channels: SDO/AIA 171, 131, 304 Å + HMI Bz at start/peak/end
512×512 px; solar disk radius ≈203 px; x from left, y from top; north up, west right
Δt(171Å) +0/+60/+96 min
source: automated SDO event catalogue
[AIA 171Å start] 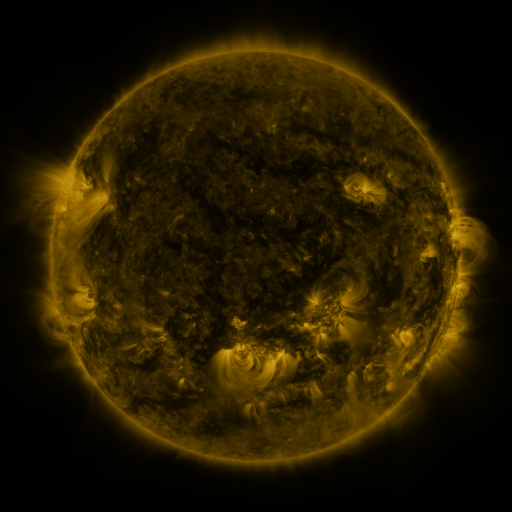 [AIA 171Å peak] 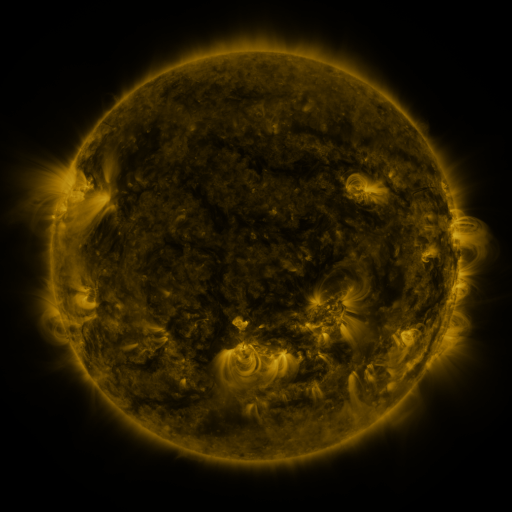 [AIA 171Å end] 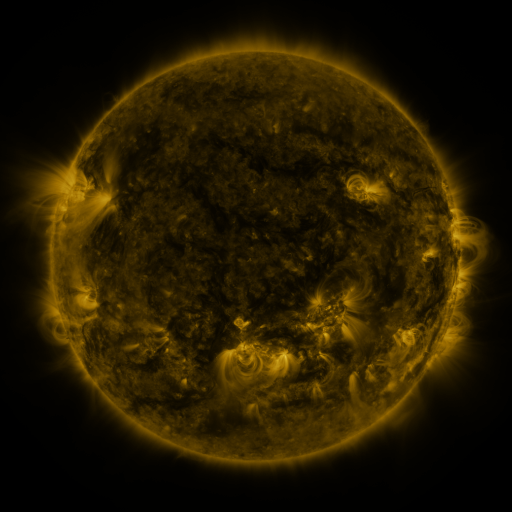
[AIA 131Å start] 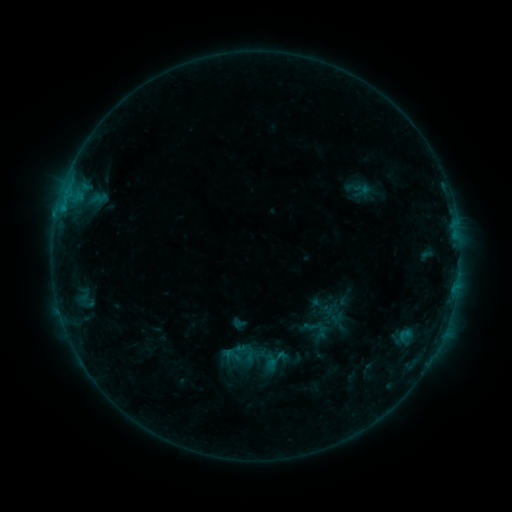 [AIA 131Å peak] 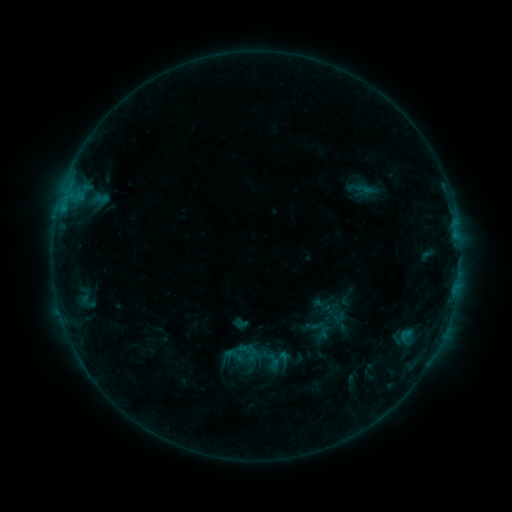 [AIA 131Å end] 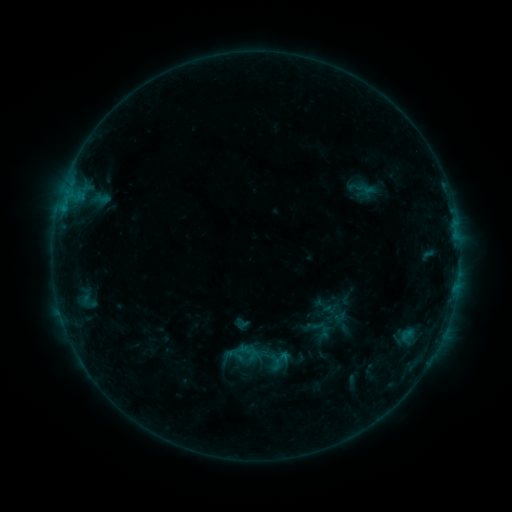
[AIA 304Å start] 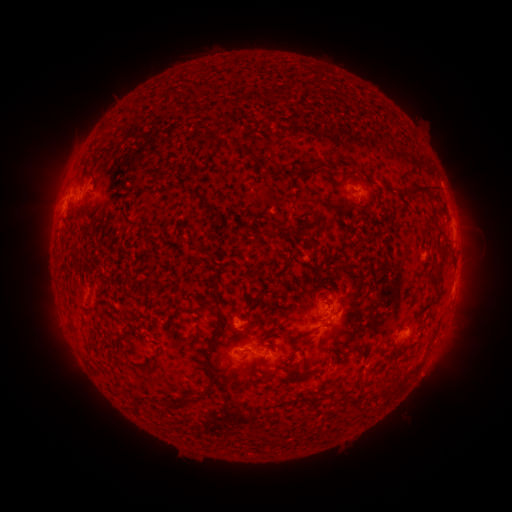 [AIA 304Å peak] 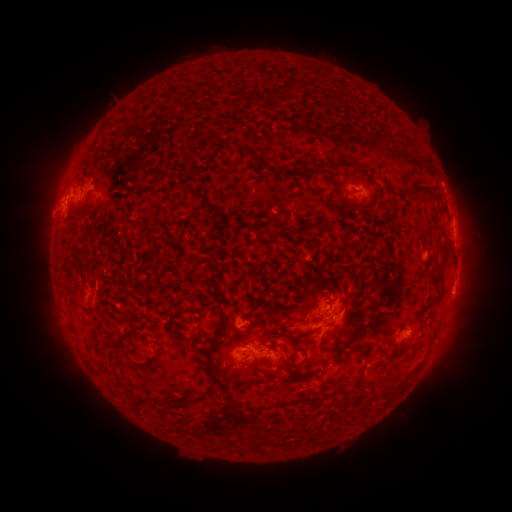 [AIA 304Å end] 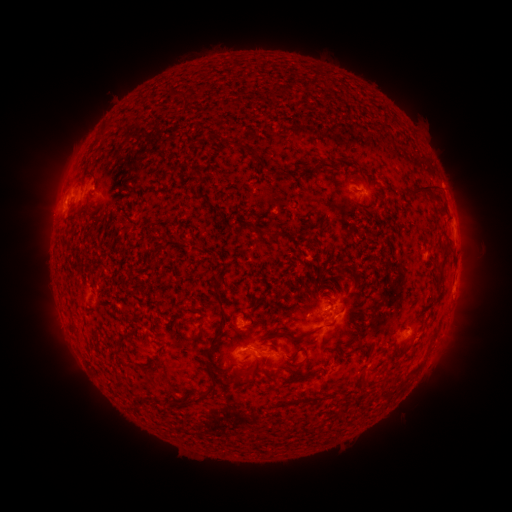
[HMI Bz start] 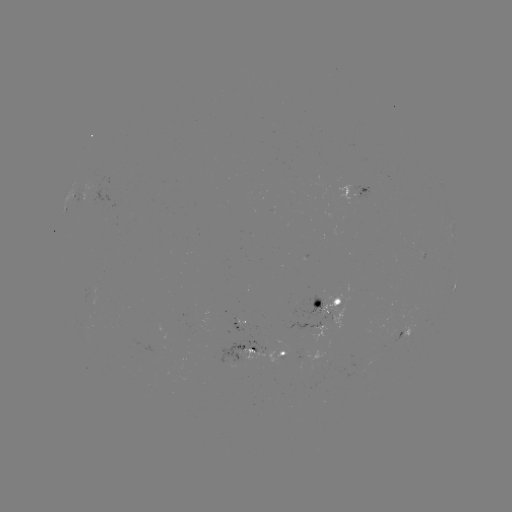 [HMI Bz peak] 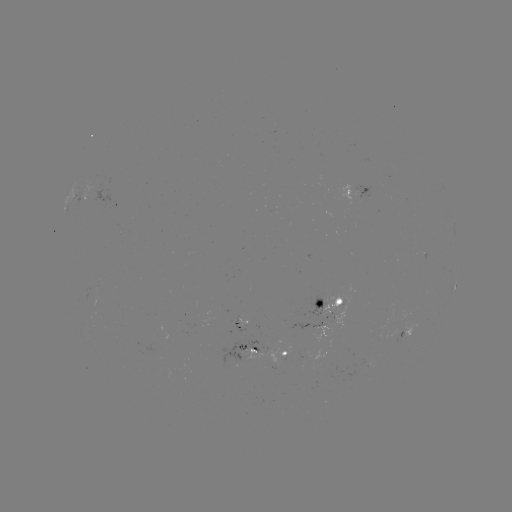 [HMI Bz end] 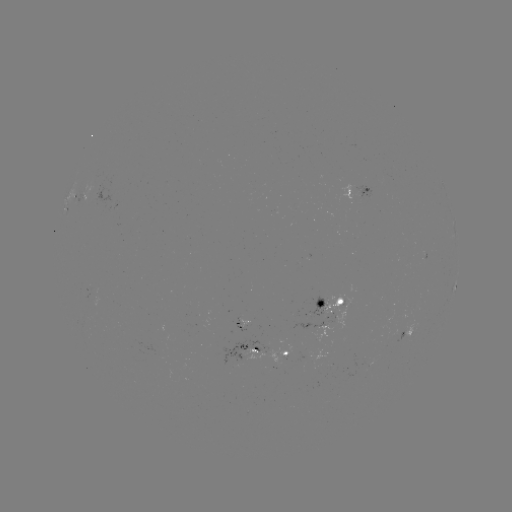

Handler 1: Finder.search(emerging-flux region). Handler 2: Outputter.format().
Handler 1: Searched emerging-flux region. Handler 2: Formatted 237,326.